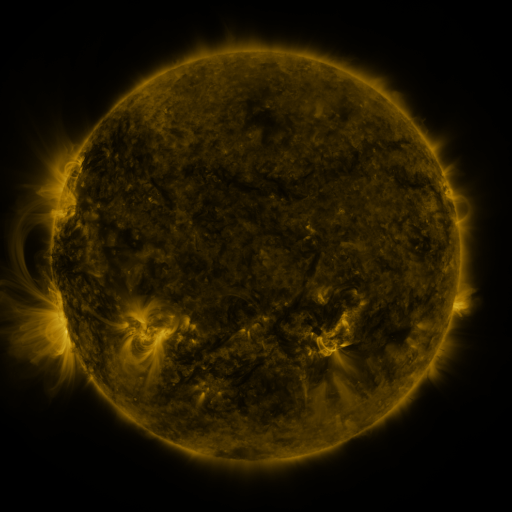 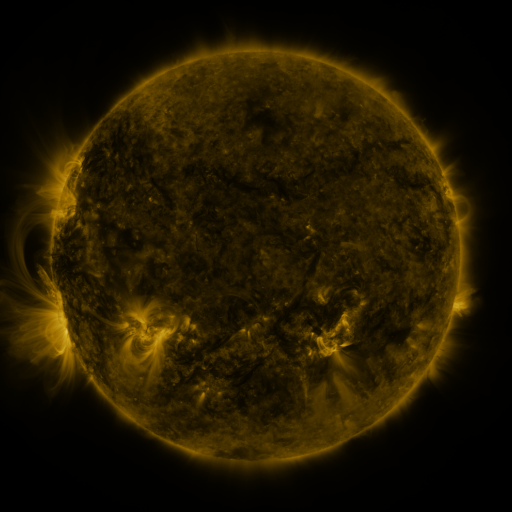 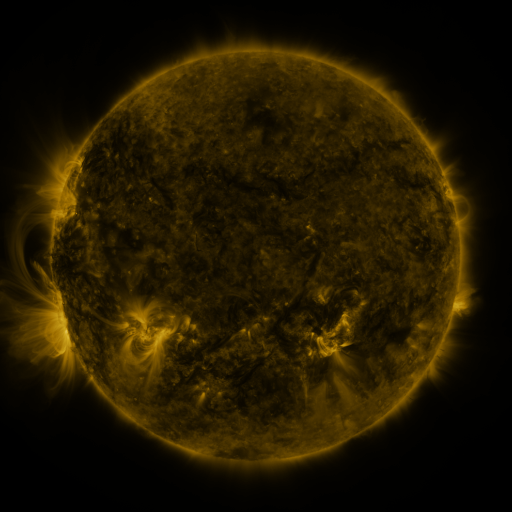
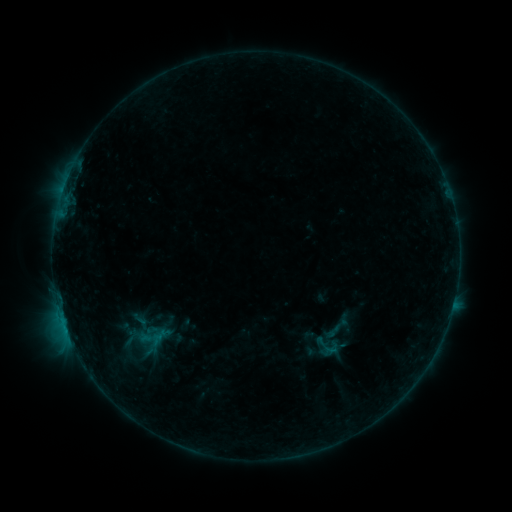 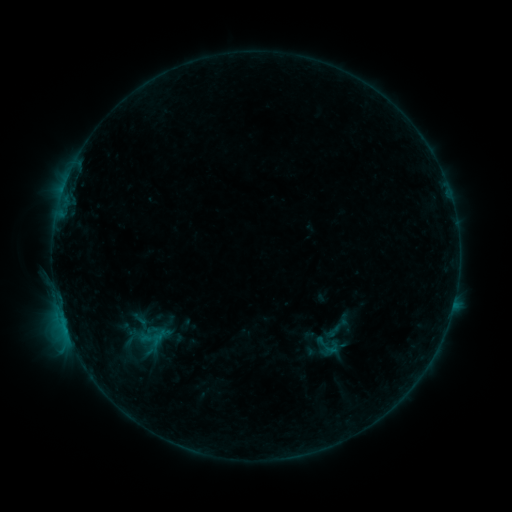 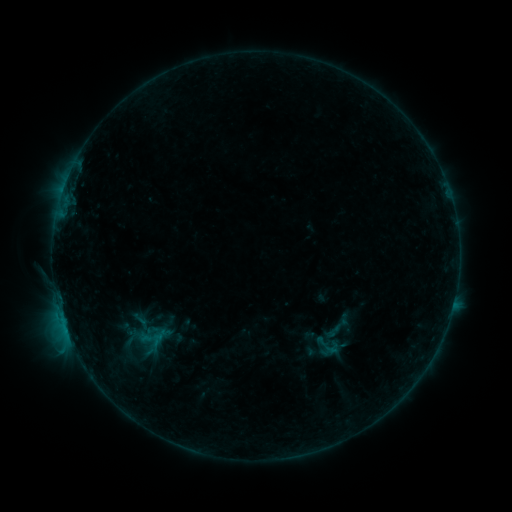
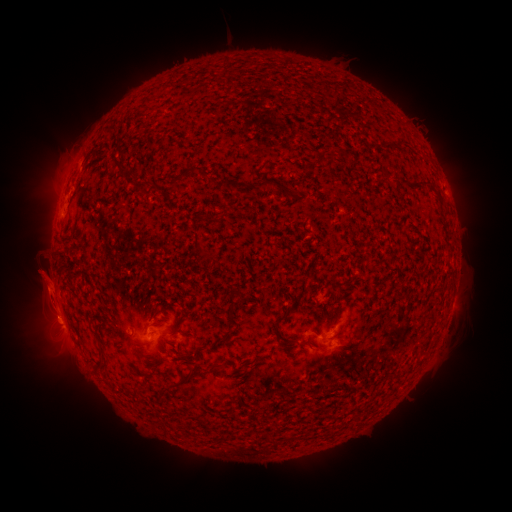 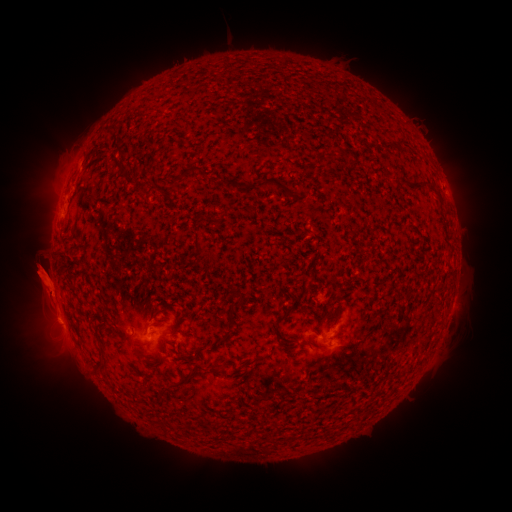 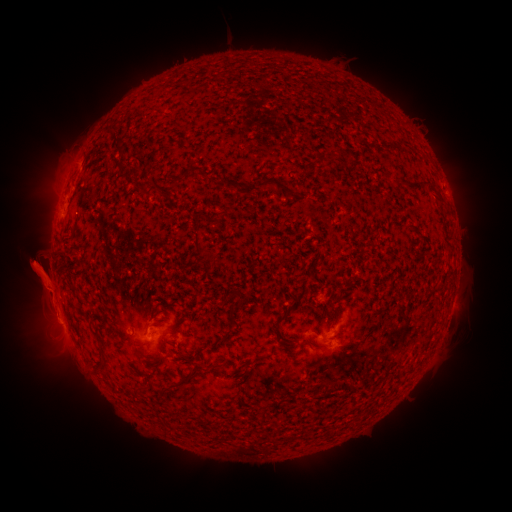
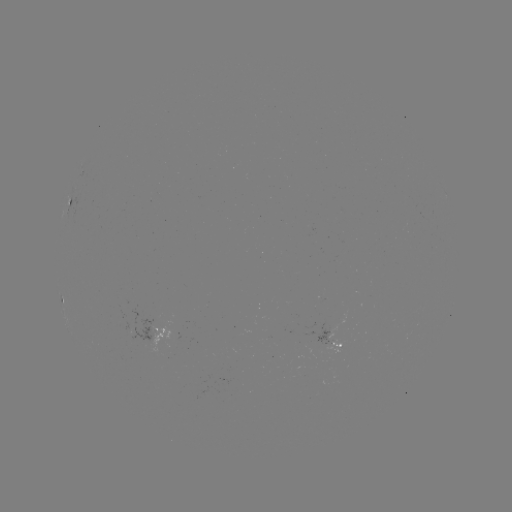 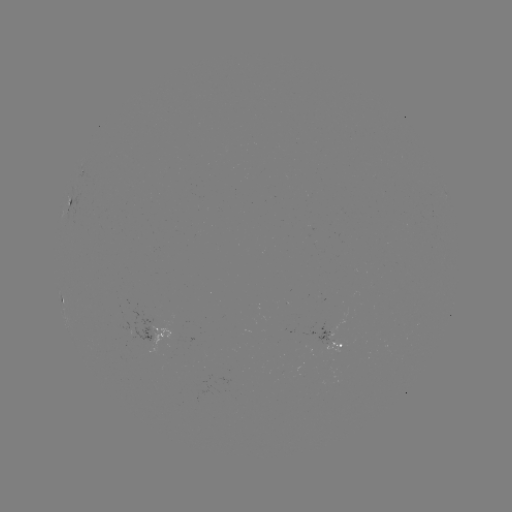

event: eruption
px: (39, 278)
